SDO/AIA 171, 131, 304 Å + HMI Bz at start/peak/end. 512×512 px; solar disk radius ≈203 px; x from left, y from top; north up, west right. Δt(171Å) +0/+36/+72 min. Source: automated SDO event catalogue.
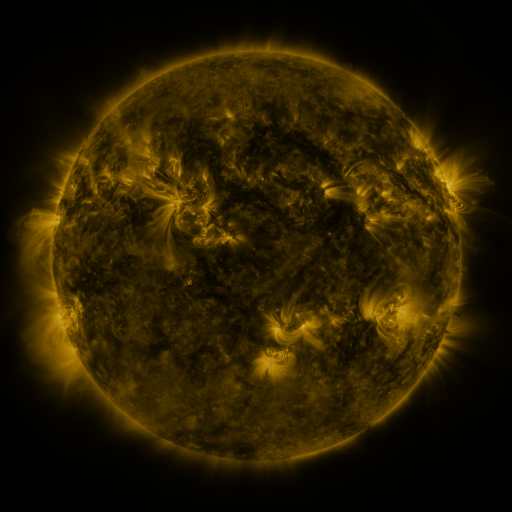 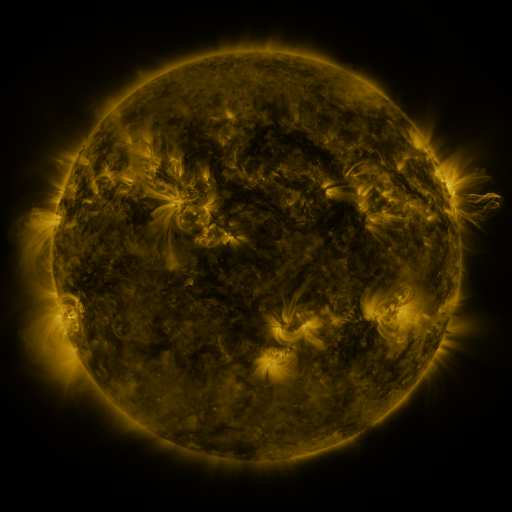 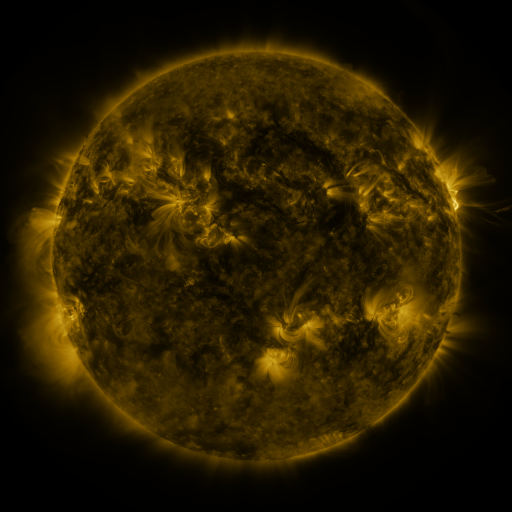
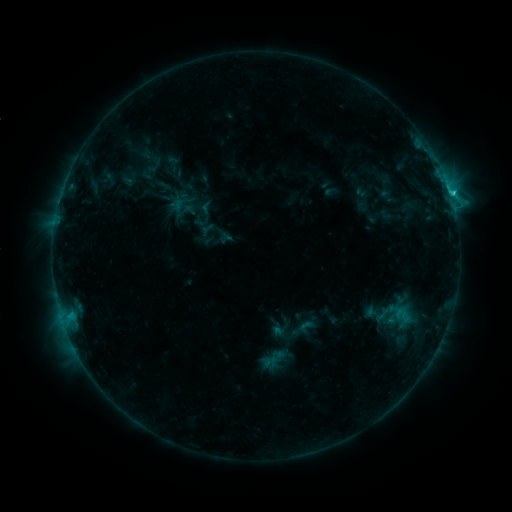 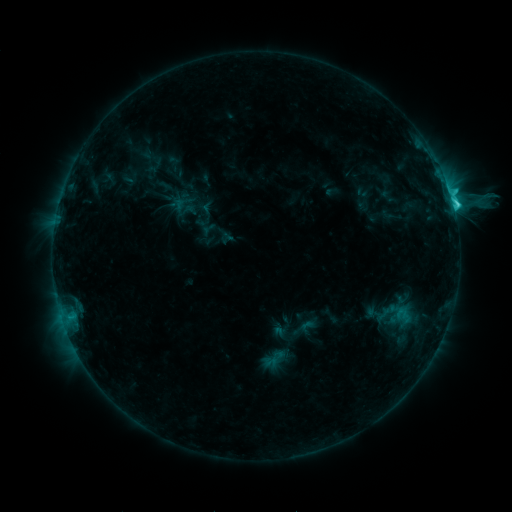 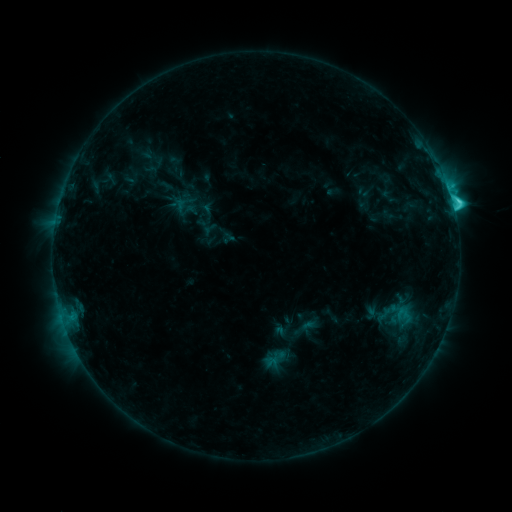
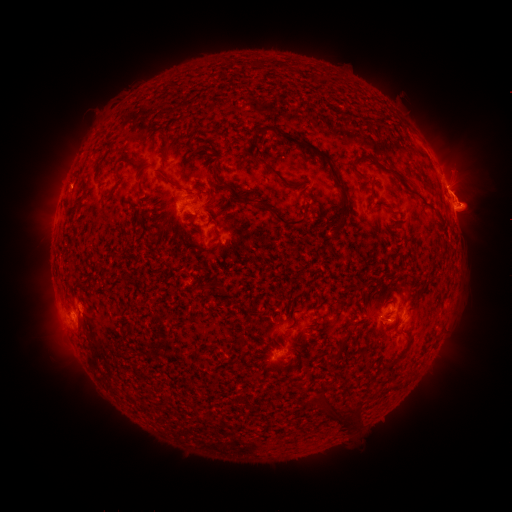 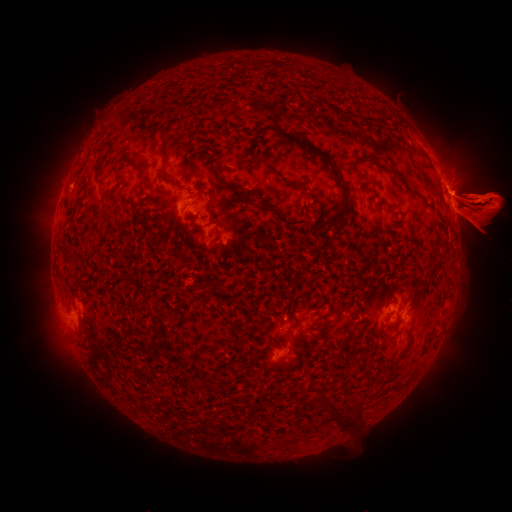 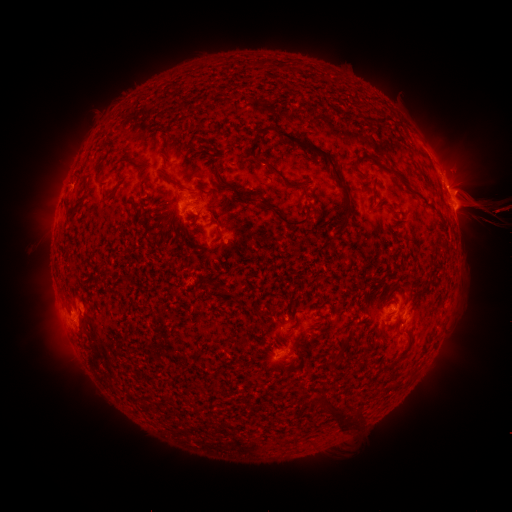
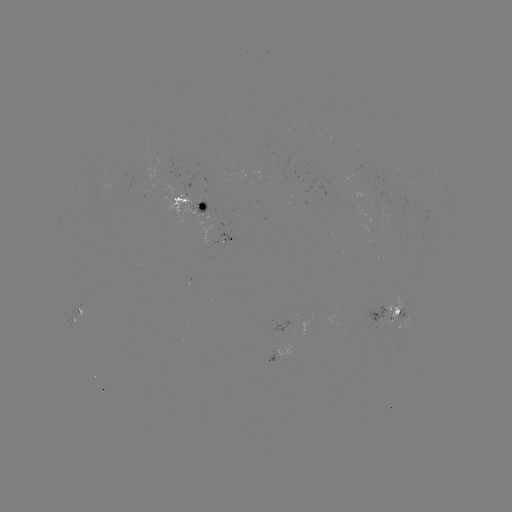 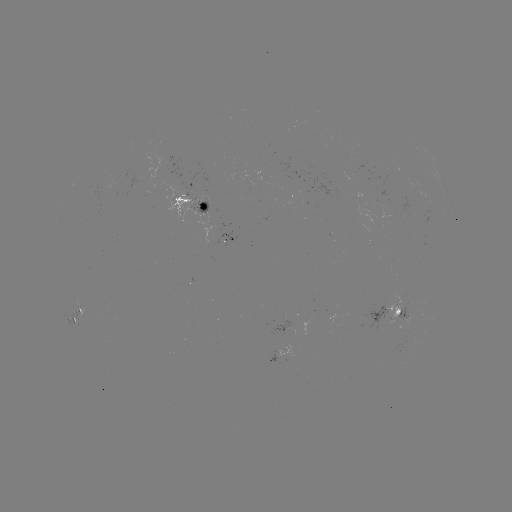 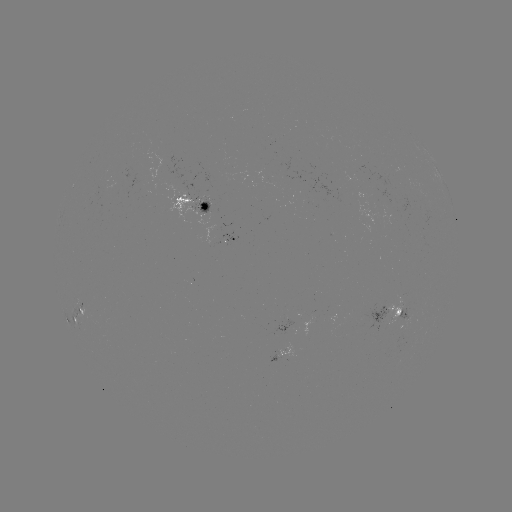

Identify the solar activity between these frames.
eruption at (24, 204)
